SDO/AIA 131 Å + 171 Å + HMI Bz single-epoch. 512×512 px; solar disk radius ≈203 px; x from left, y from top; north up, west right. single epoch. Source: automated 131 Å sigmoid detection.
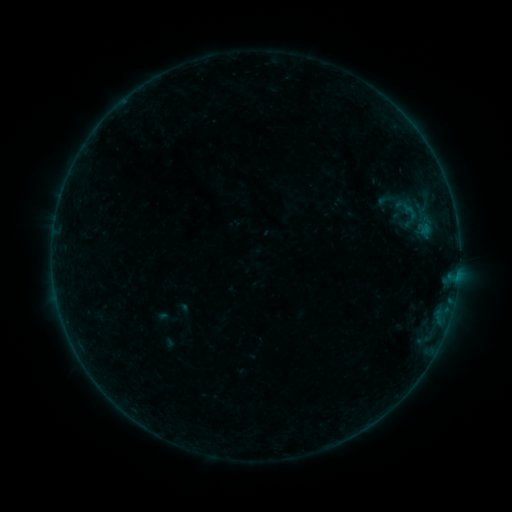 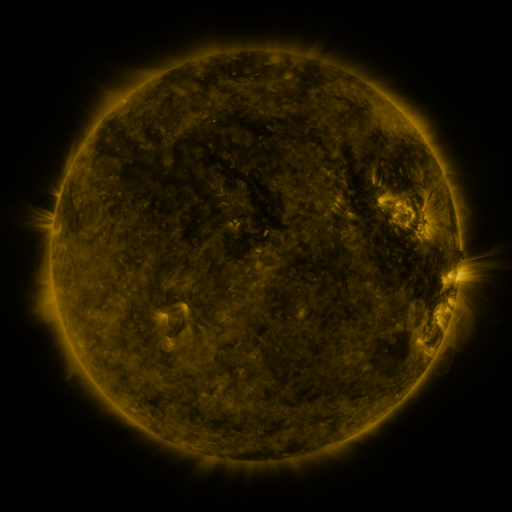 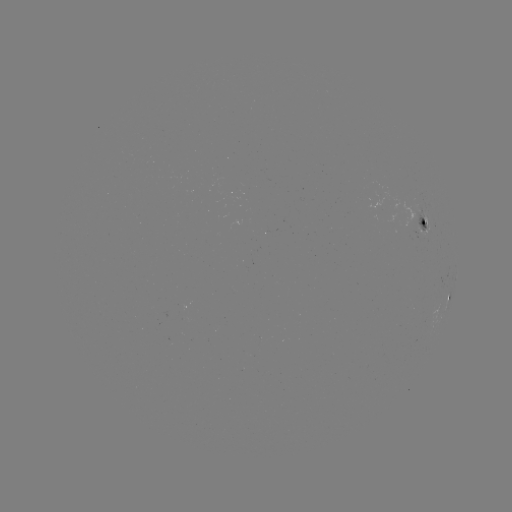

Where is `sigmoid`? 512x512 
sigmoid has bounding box [372, 190, 399, 209].